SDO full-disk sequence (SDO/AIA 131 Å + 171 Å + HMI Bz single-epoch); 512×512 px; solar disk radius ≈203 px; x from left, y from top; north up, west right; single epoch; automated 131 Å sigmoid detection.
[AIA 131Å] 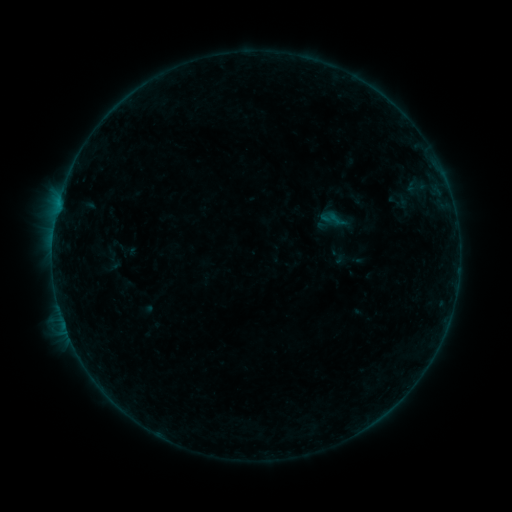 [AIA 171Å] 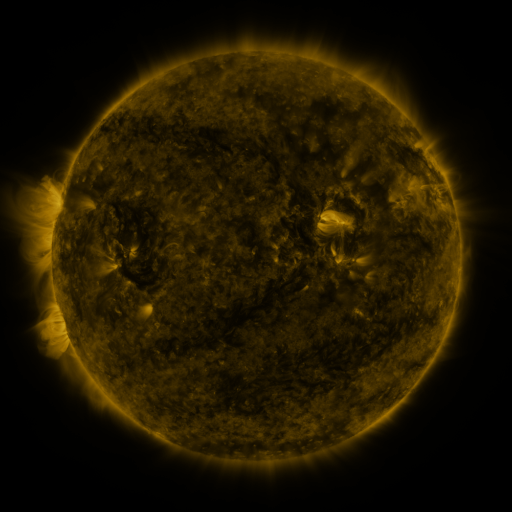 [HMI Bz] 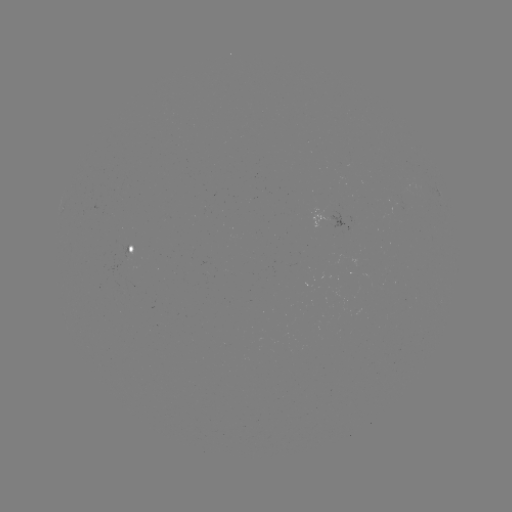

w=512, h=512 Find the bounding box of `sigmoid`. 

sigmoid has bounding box [327, 246, 346, 266].